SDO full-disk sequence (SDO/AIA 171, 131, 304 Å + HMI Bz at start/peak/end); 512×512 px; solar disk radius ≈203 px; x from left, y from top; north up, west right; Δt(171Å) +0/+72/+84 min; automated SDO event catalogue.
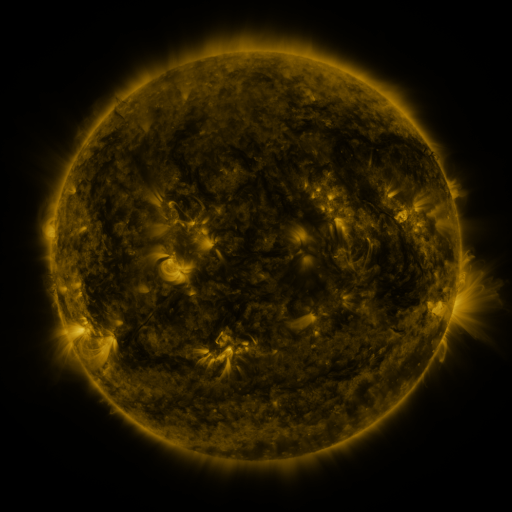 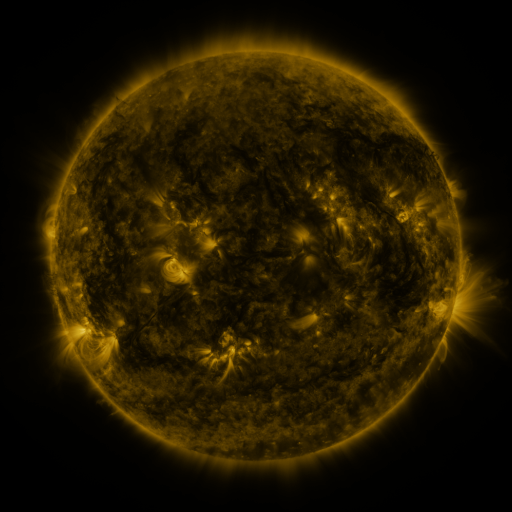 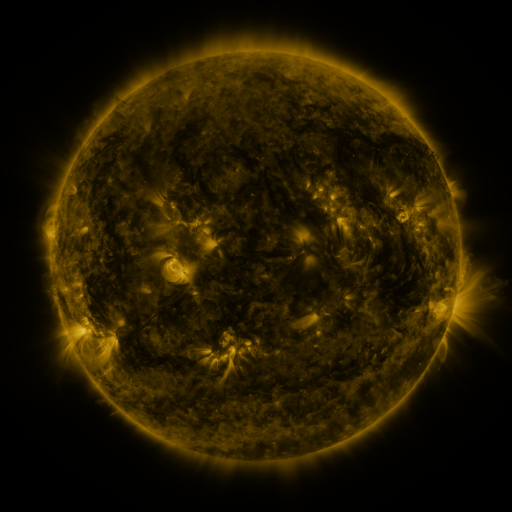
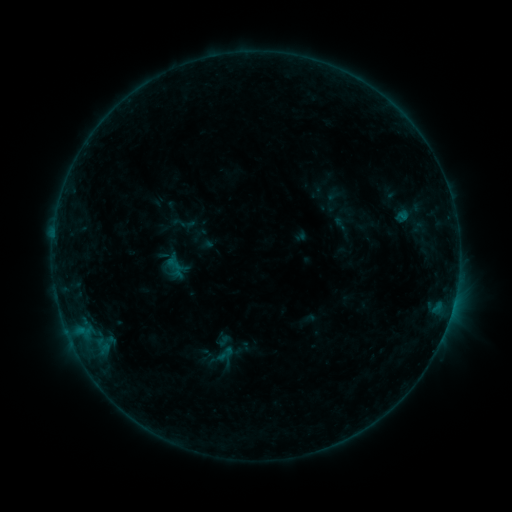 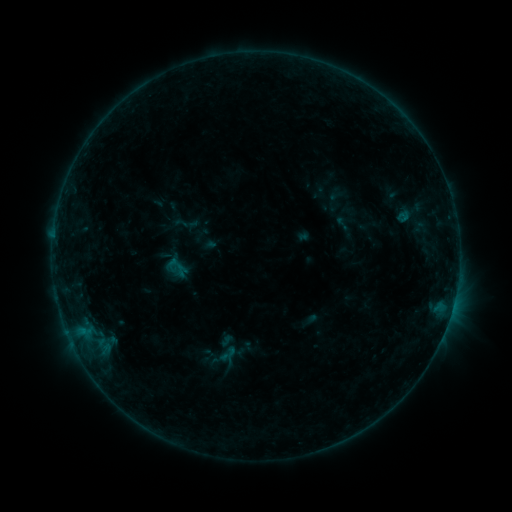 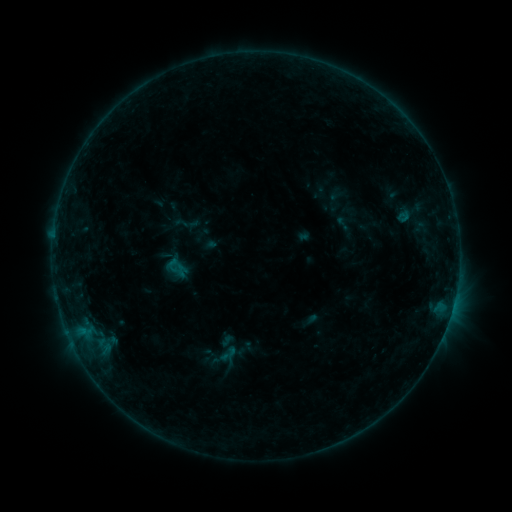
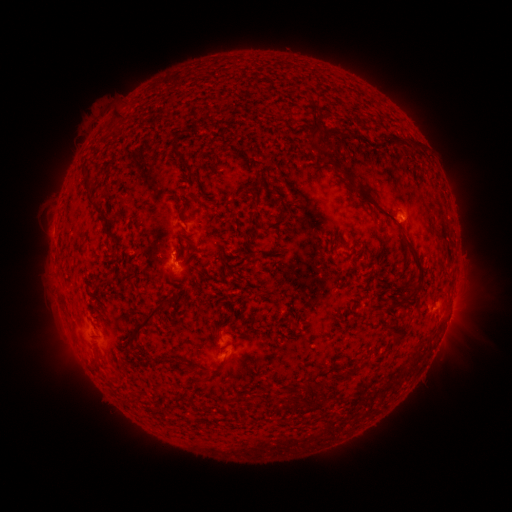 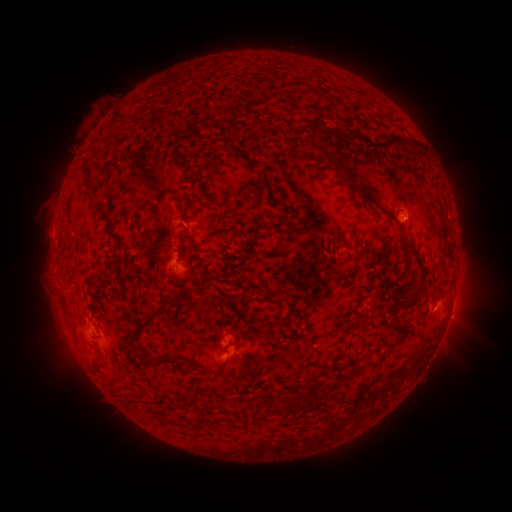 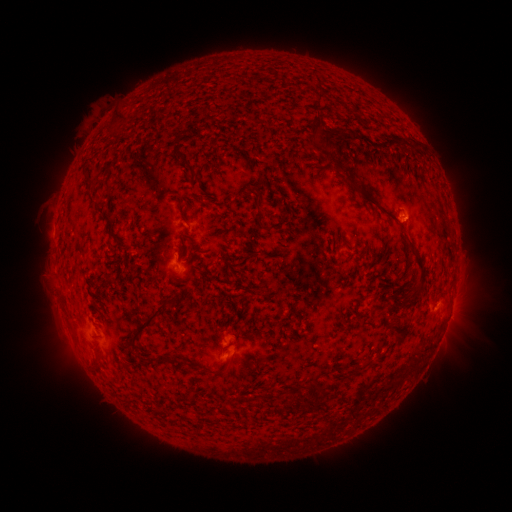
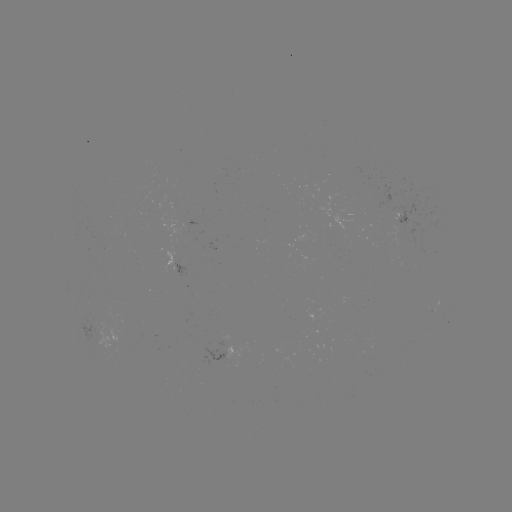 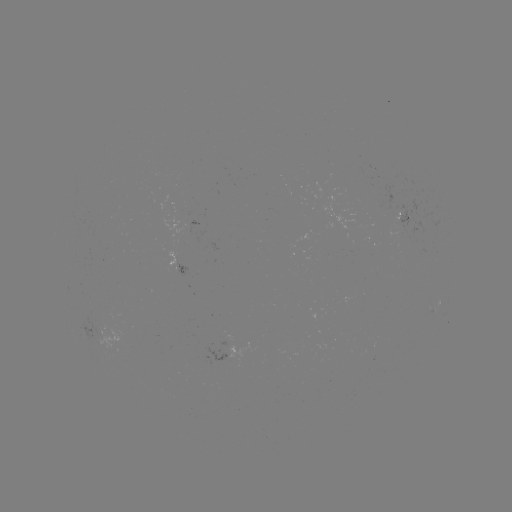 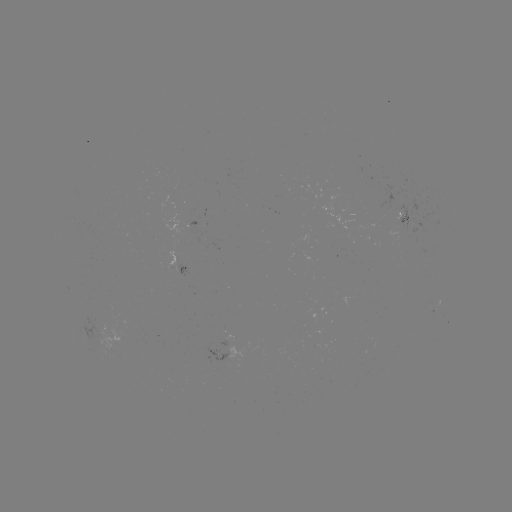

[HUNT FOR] emerging-flux region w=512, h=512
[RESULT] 178,264